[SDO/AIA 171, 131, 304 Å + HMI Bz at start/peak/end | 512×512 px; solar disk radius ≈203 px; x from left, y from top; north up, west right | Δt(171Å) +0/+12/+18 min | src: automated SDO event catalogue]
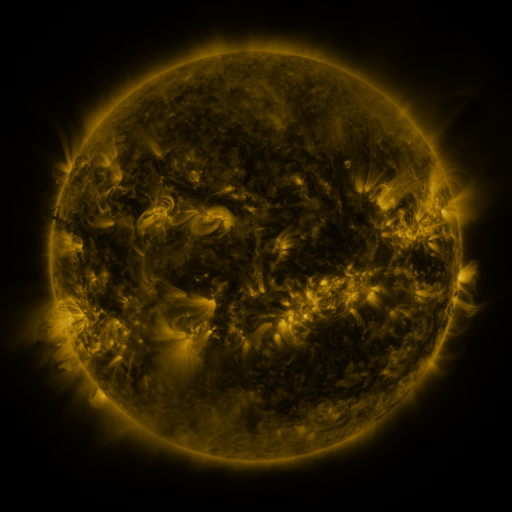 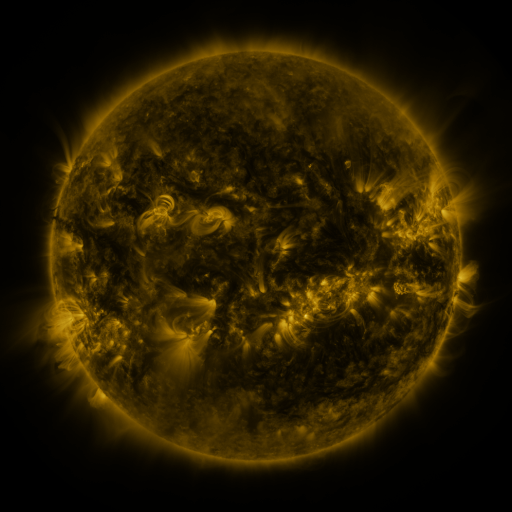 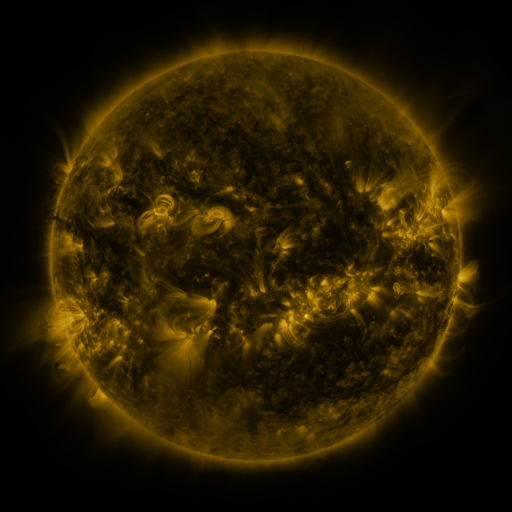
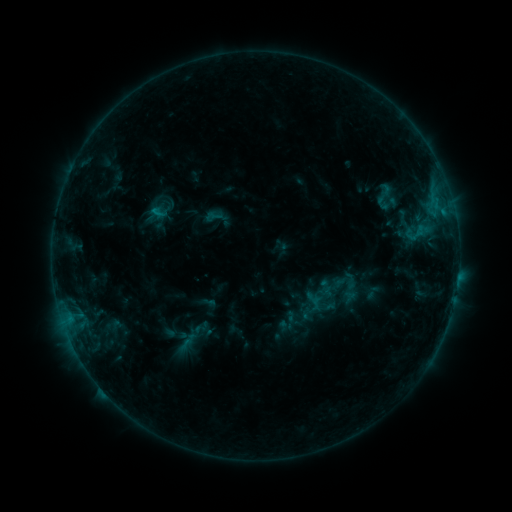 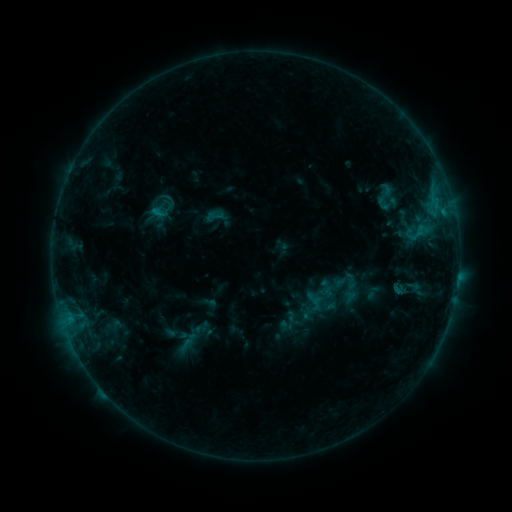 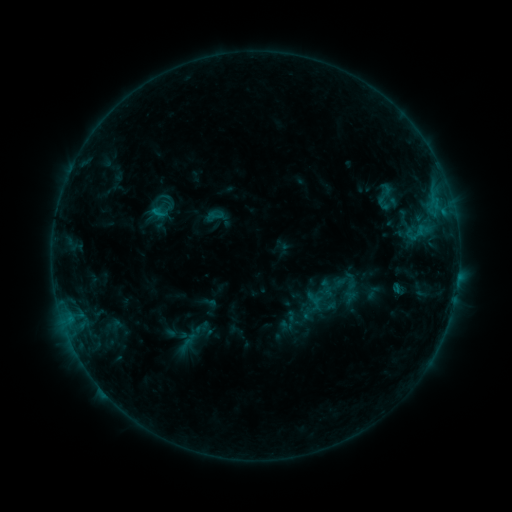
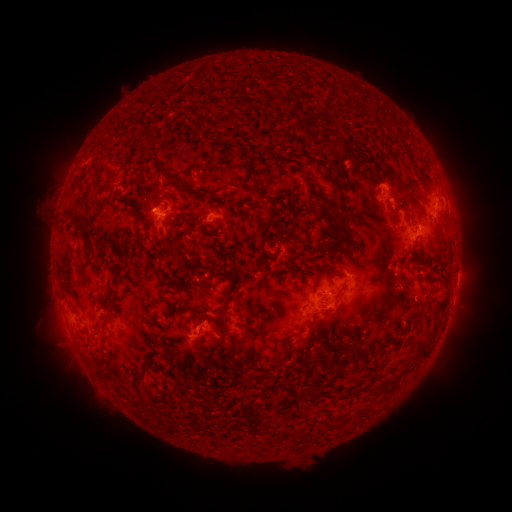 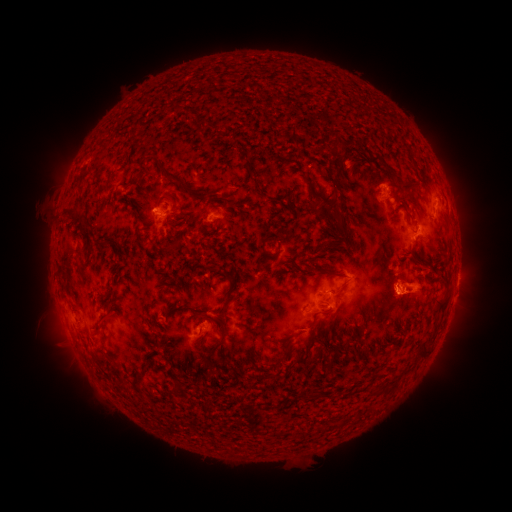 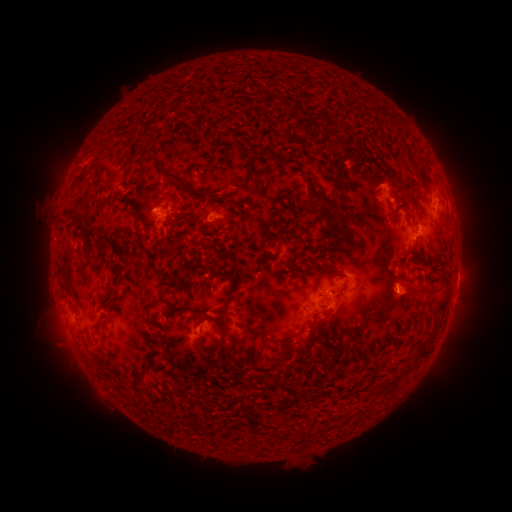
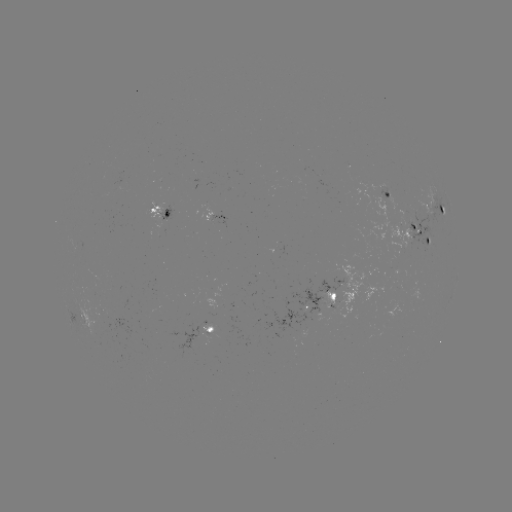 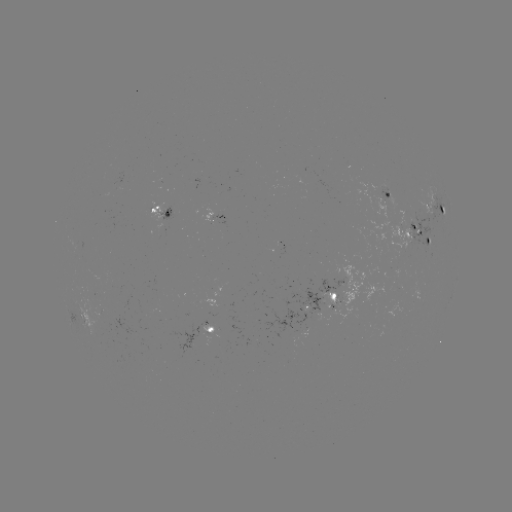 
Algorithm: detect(eruption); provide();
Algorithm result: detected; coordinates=[409, 290]